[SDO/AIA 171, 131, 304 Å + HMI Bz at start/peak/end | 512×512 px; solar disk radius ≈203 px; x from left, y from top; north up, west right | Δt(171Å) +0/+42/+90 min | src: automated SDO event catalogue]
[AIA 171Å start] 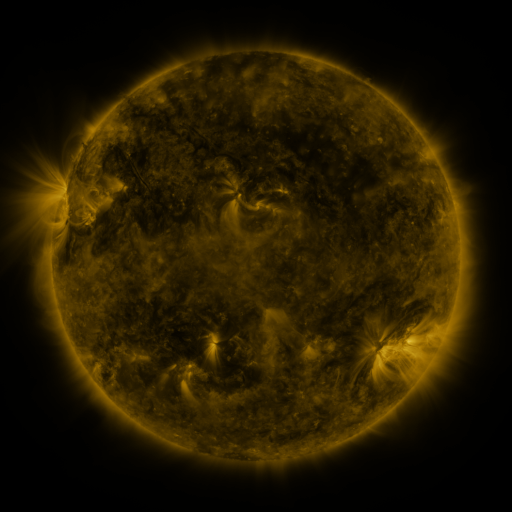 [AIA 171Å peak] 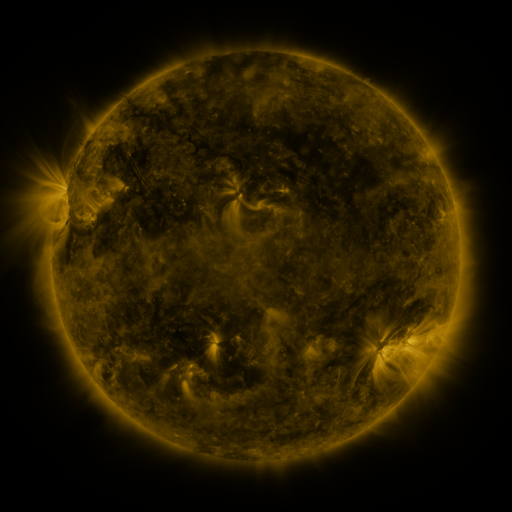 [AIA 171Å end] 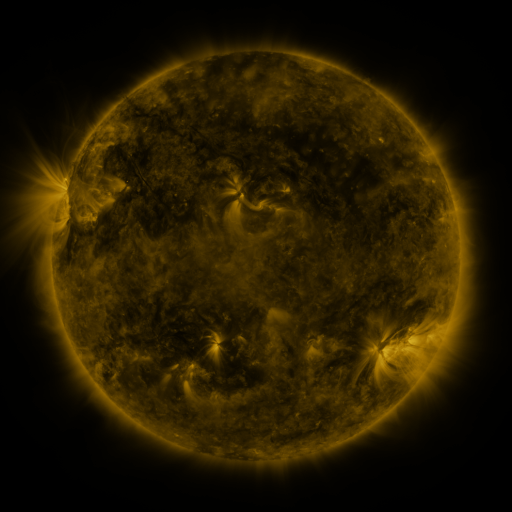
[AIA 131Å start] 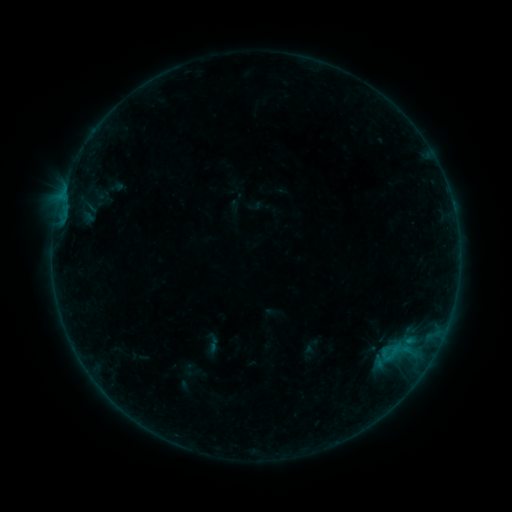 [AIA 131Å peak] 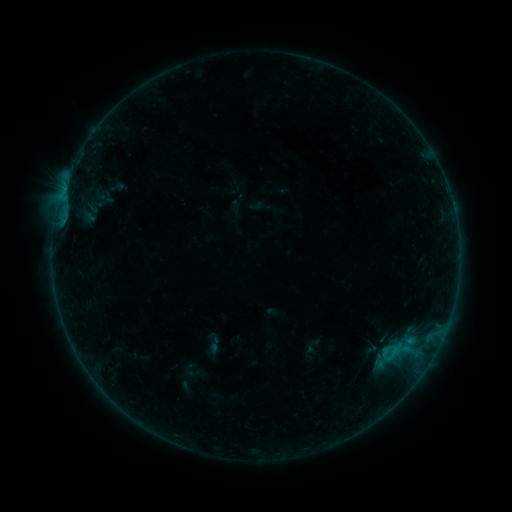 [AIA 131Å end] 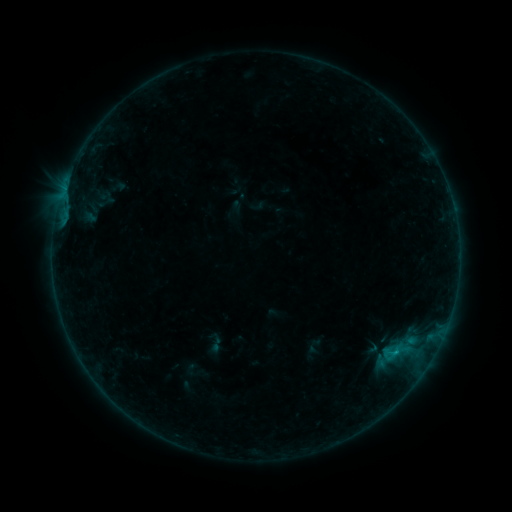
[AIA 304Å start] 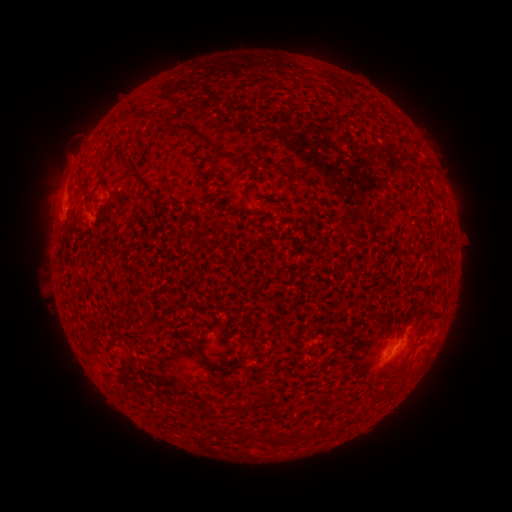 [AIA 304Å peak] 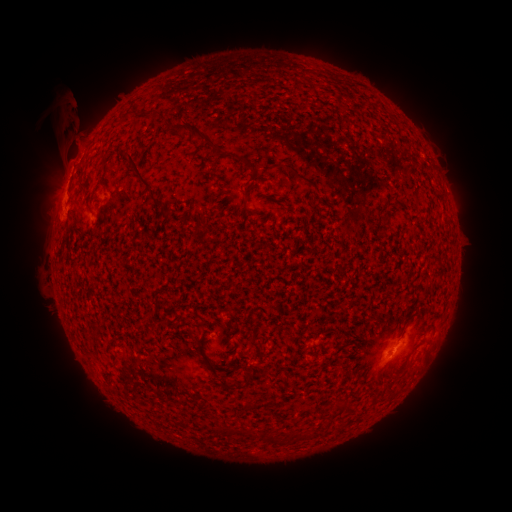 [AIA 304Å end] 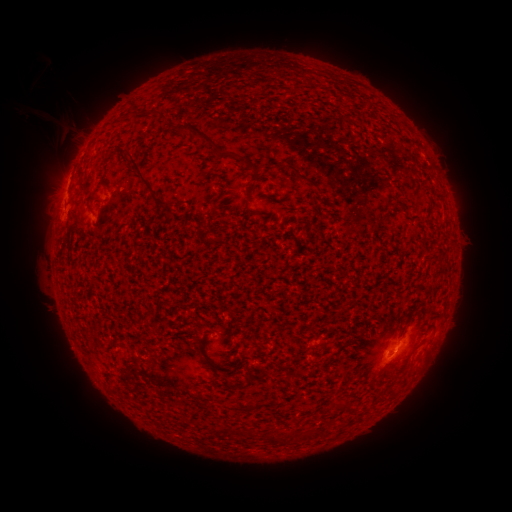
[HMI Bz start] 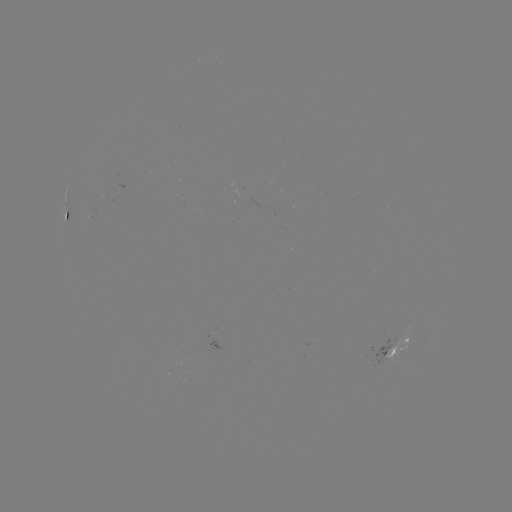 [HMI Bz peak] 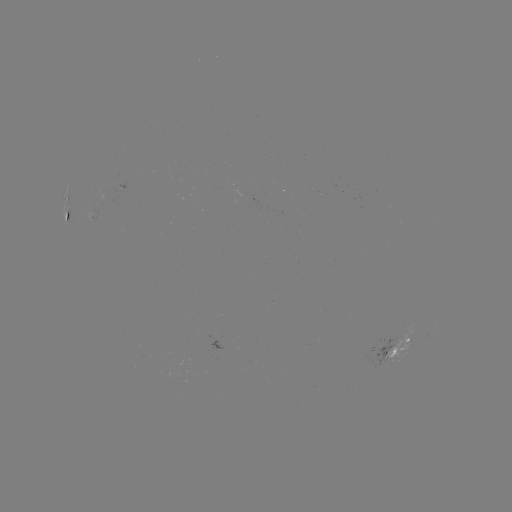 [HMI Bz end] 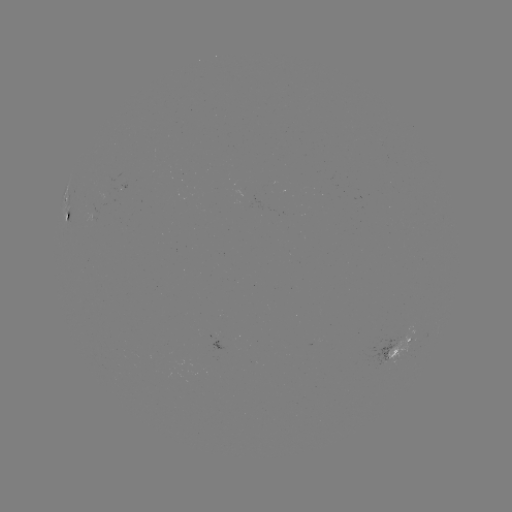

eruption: [7, 83, 97, 195]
